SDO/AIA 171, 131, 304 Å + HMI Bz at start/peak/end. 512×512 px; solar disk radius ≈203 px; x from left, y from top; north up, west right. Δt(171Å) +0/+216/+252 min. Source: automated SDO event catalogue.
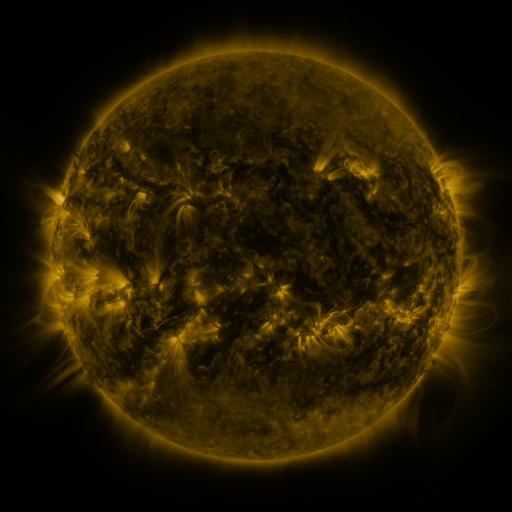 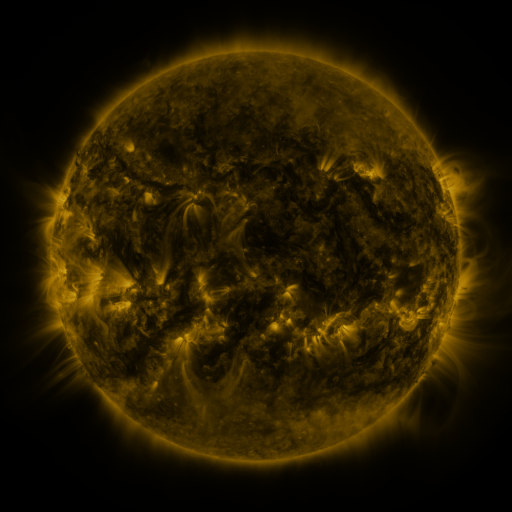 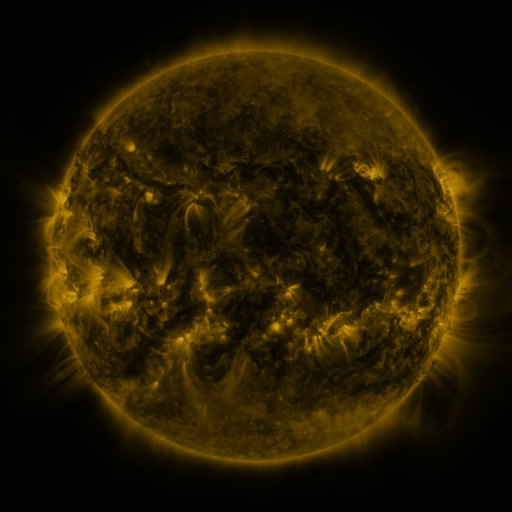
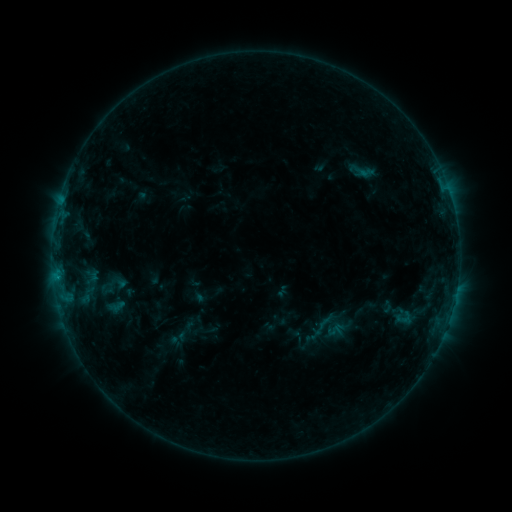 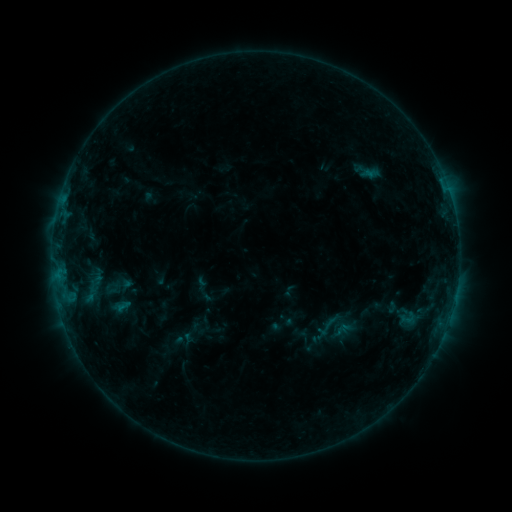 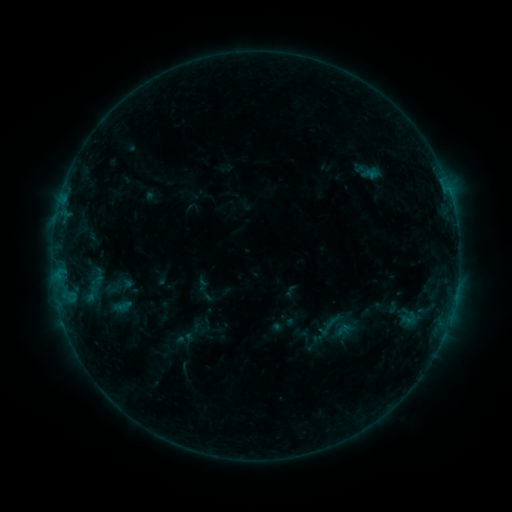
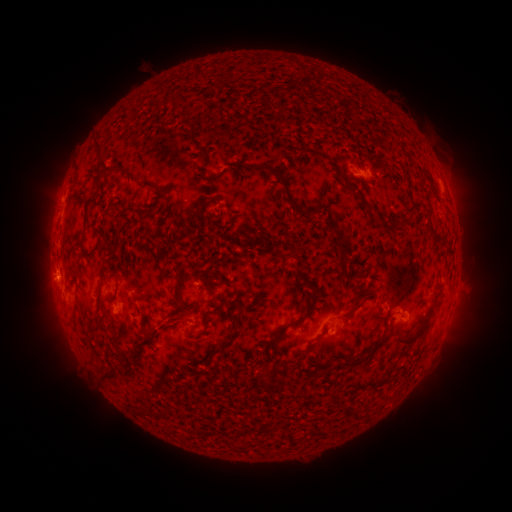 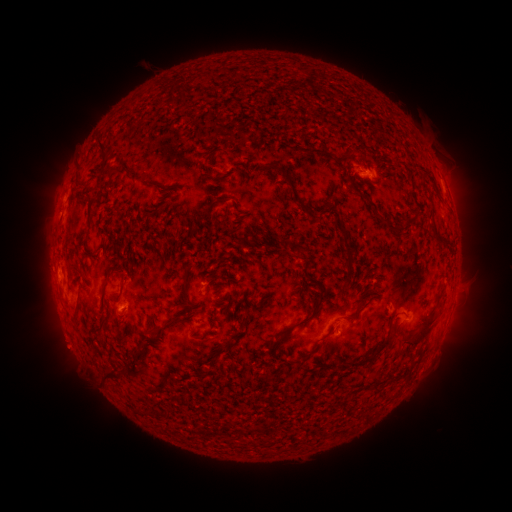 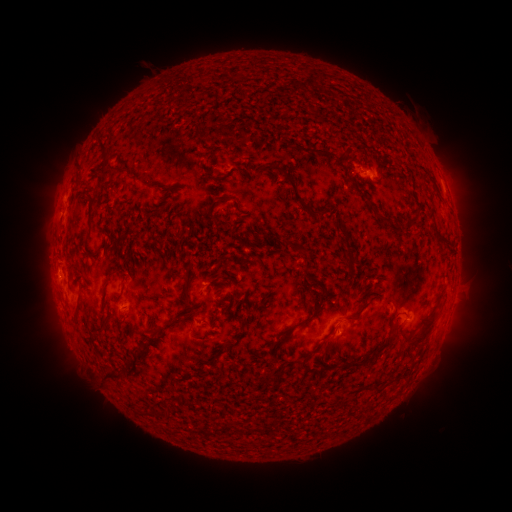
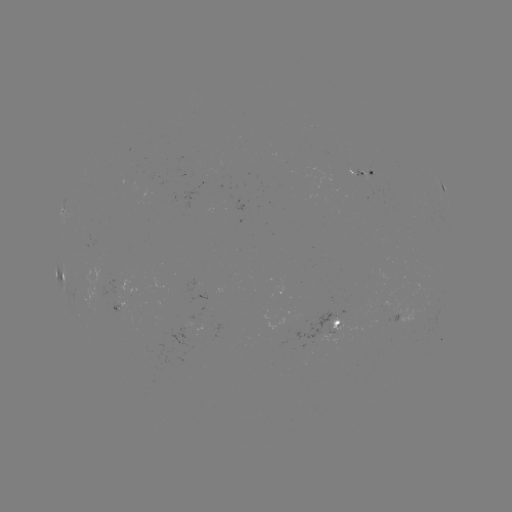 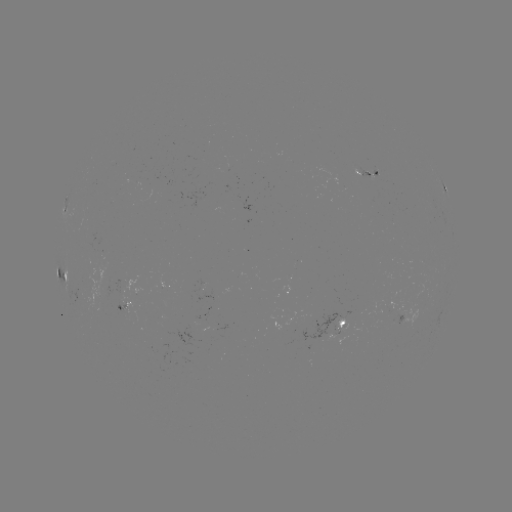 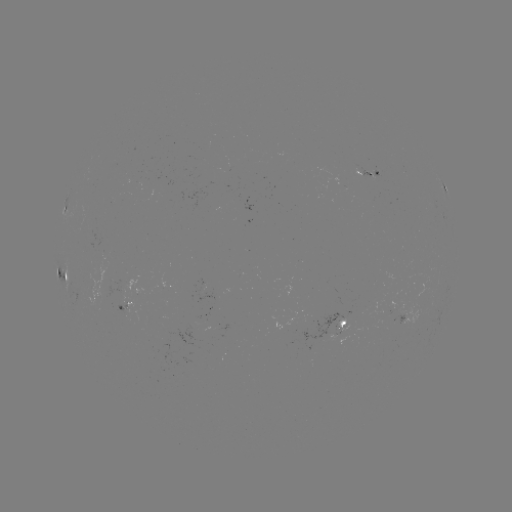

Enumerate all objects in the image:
emerging-flux region: (124, 309)
